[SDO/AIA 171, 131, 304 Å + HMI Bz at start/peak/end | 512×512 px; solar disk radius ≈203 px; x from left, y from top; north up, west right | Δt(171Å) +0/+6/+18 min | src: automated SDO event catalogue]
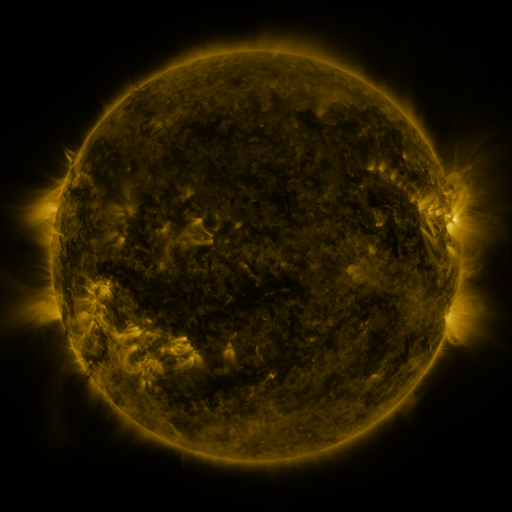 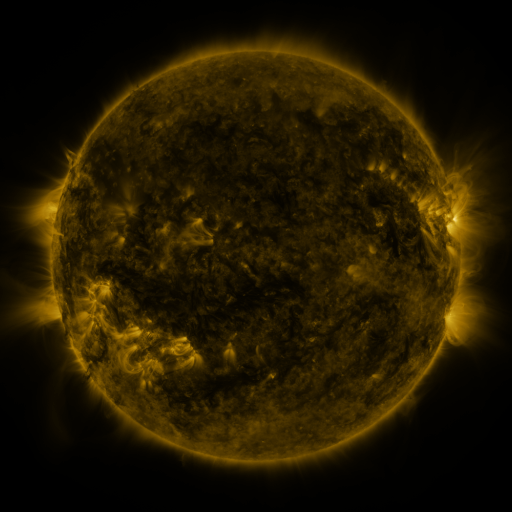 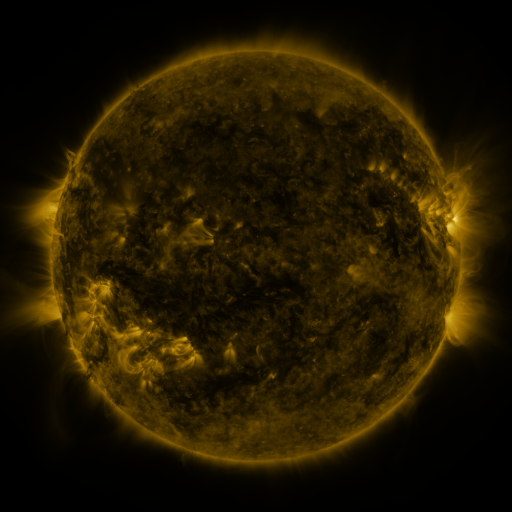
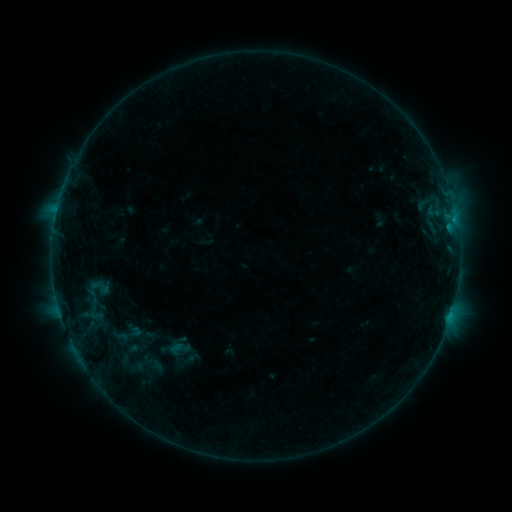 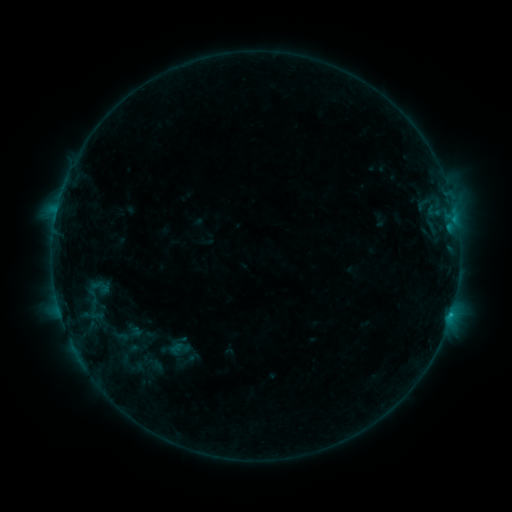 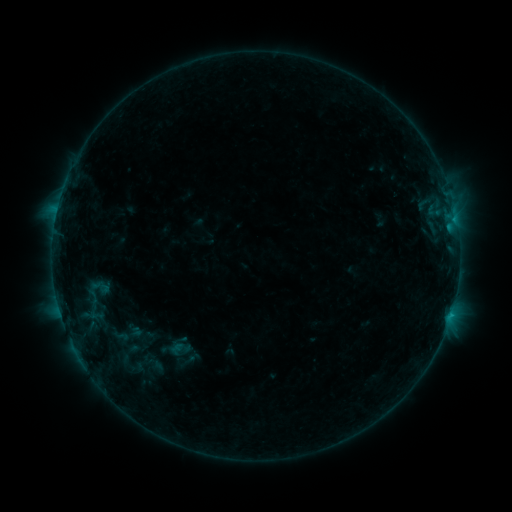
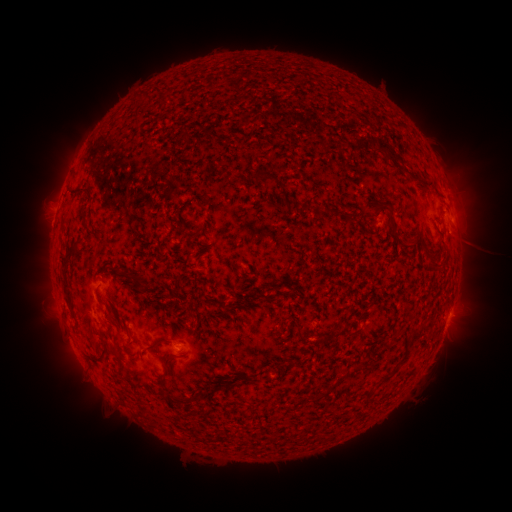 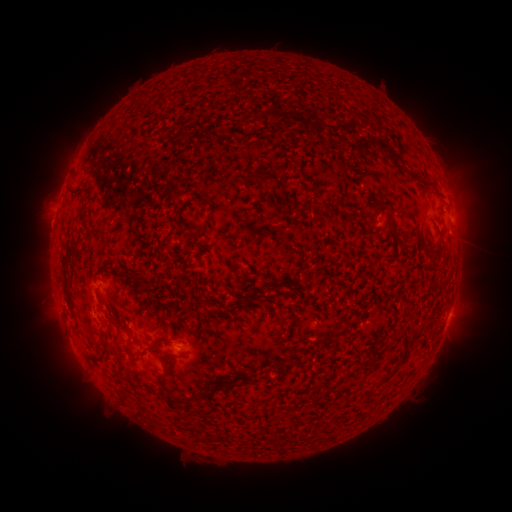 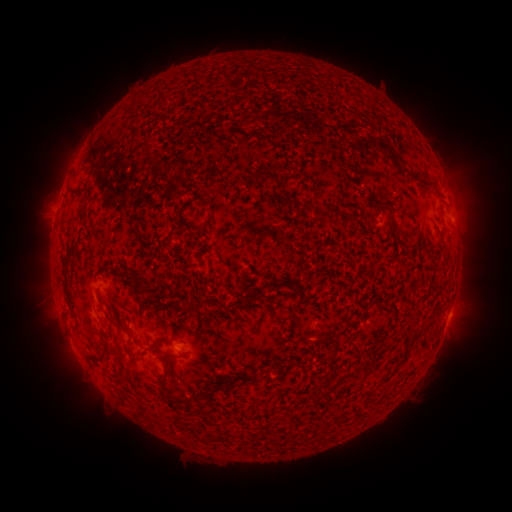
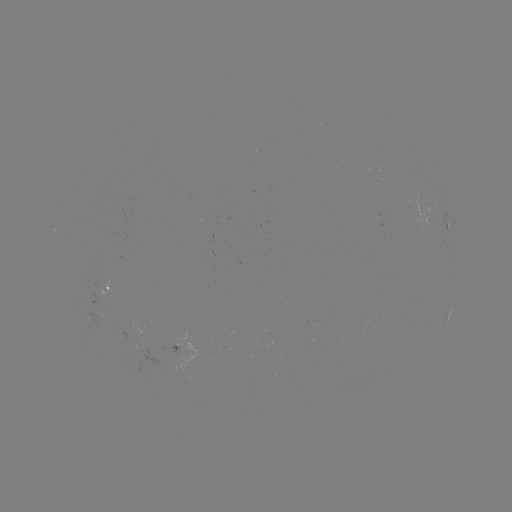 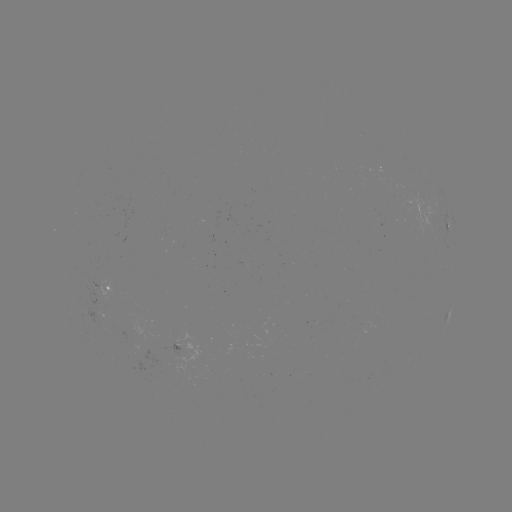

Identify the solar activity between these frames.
B6.5 flare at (451, 312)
